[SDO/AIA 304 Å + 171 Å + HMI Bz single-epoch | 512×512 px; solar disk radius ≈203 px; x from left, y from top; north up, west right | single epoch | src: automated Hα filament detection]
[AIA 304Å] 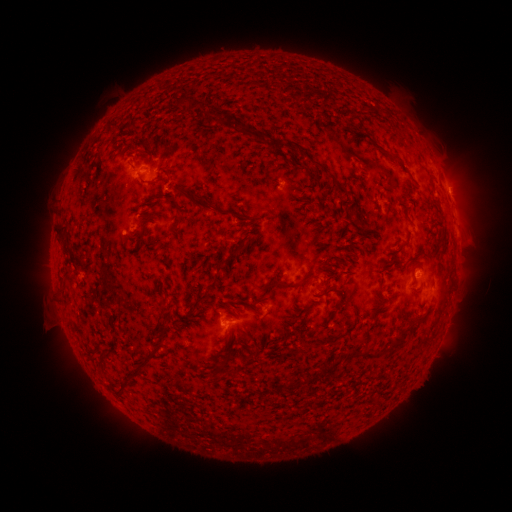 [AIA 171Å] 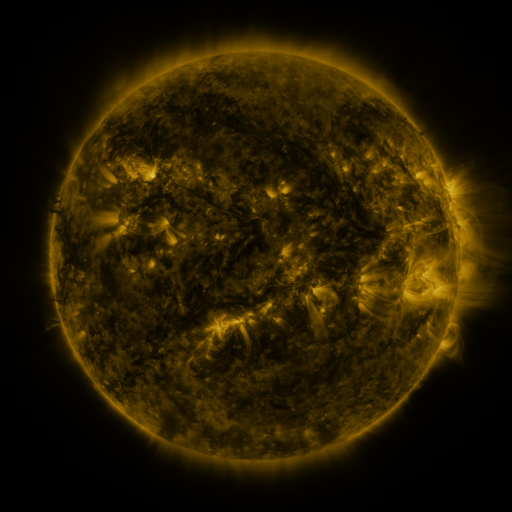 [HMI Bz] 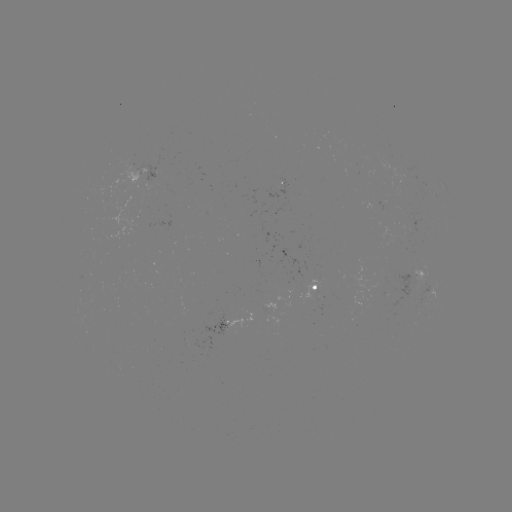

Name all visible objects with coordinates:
filament: <bbox>175, 96, 193, 112</bbox>
filament: <bbox>276, 141, 285, 150</bbox>
filament: <bbox>379, 147, 403, 165</bbox>
filament: <bbox>308, 158, 320, 166</bbox>
filament: <bbox>170, 186, 239, 217</bbox>
filament: <bbox>250, 227, 261, 236</bbox>
filament: <bbox>58, 229, 71, 252</bbox>
filament: <bbox>135, 235, 144, 246</bbox>
filament: <bbox>218, 237, 241, 269</bbox>
filament: <bbox>418, 247, 429, 255</bbox>
filament: <bbox>261, 277, 303, 296</bbox>
filament: <bbox>312, 289, 327, 298</bbox>
filament: <bbox>161, 296, 169, 306</bbox>
filament: <bbox>237, 296, 249, 304</bbox>
filament: <bbox>285, 313, 301, 322</bbox>
filament: <bbox>384, 326, 412, 354</bbox>
filament: <bbox>224, 328, 231, 339</bbox>
filament: <bbox>133, 338, 166, 380</bbox>
filament: <bbox>351, 345, 361, 356</bbox>
filament: <bbox>363, 347, 378, 357</bbox>
filament: <bbox>217, 359, 230, 368</bbox>
filament: <bbox>318, 359, 340, 377</bbox>
filament: <bbox>229, 366, 238, 373</bbox>
filament: <bbox>116, 382, 128, 399</bbox>
